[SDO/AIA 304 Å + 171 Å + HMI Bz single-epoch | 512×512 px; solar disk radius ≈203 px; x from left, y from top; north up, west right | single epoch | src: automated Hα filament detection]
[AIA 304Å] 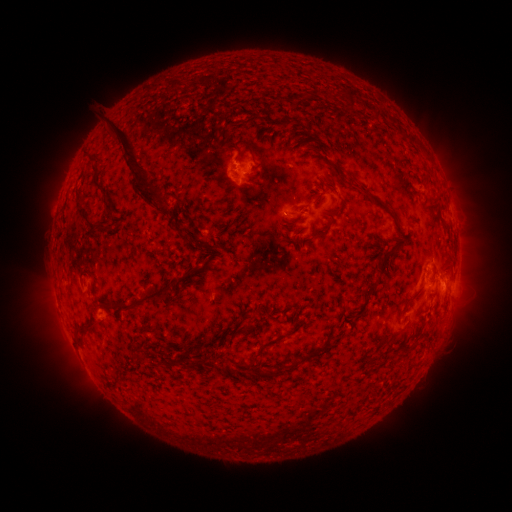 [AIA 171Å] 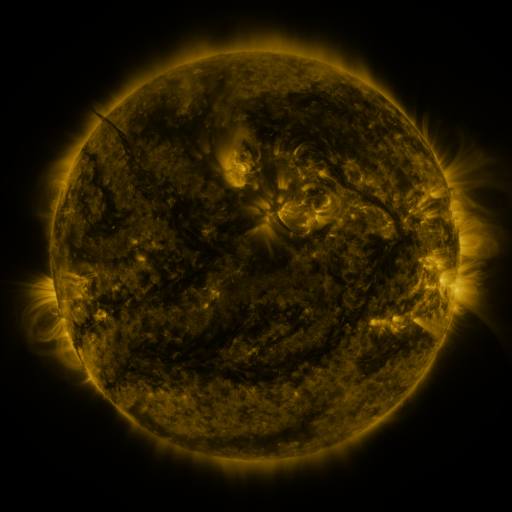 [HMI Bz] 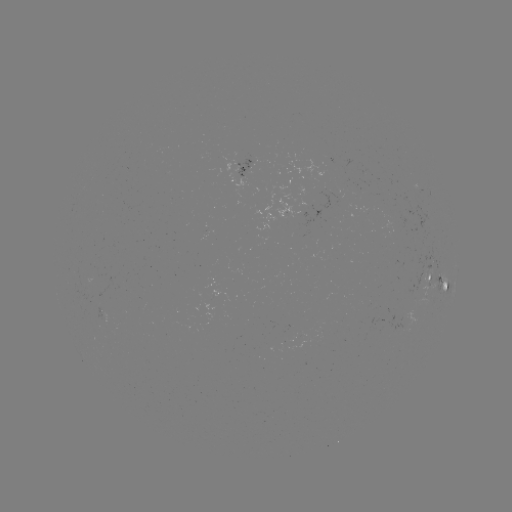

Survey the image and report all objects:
filament: (344, 91)
filament: (306, 92)
filament: (376, 111)
filament: (305, 129)
filament: (410, 137)
filament: (247, 147)
filament: (132, 166)
filament: (327, 184)
filament: (104, 193)
filament: (376, 200)
filament: (332, 212)
filament: (83, 213)
filament: (250, 215)
filament: (288, 222)
filament: (101, 227)
filament: (324, 231)
filament: (186, 237)
filament: (209, 251)
filament: (385, 252)
filament: (314, 264)
filament: (181, 279)
filament: (375, 285)
filament: (154, 297)
filament: (358, 314)
filament: (88, 329)
filament: (267, 343)
filament: (316, 351)
filament: (162, 363)
filament: (277, 375)
